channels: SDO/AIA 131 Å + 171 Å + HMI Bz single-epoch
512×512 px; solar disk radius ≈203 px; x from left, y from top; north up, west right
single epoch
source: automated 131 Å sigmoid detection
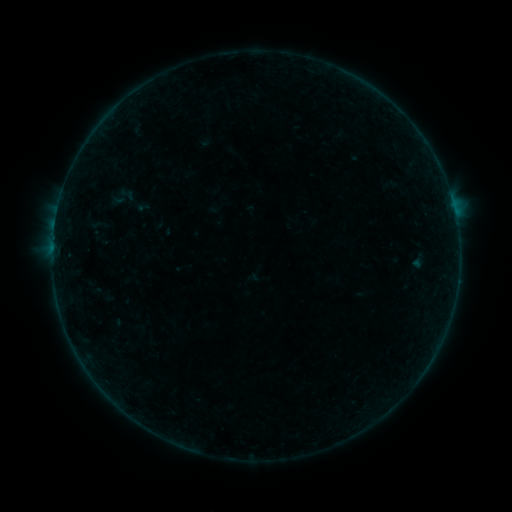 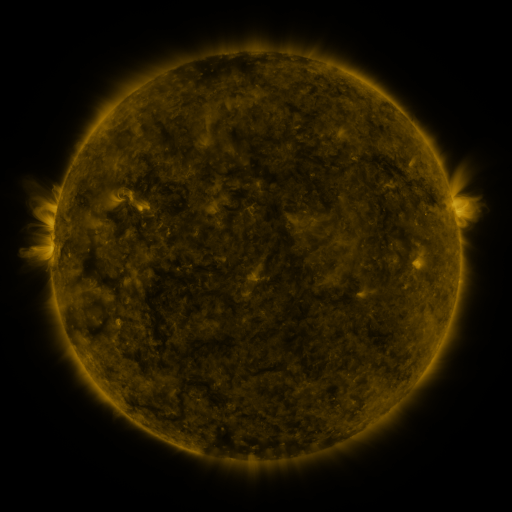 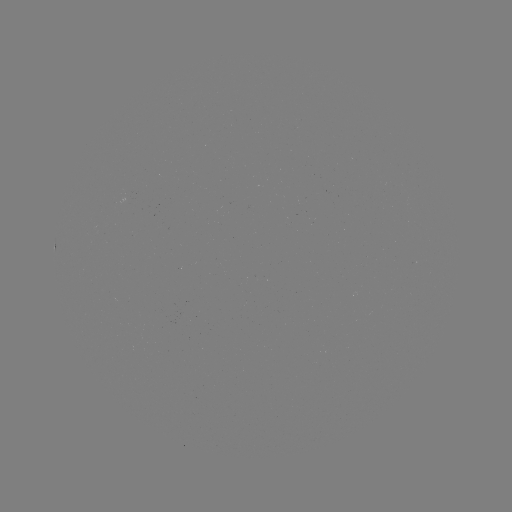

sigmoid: [118, 185, 135, 203]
